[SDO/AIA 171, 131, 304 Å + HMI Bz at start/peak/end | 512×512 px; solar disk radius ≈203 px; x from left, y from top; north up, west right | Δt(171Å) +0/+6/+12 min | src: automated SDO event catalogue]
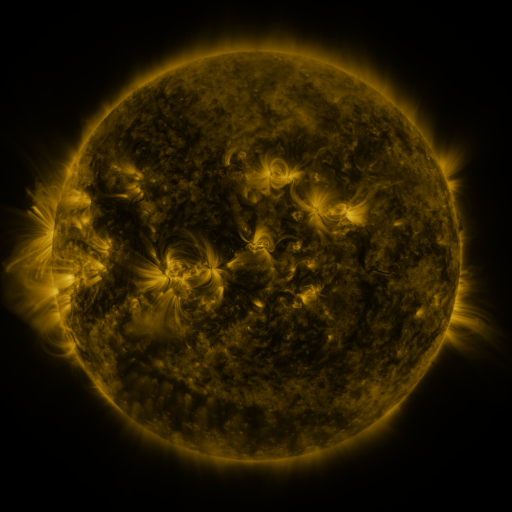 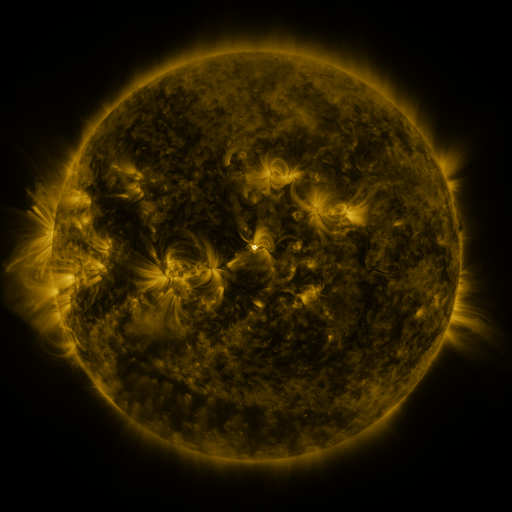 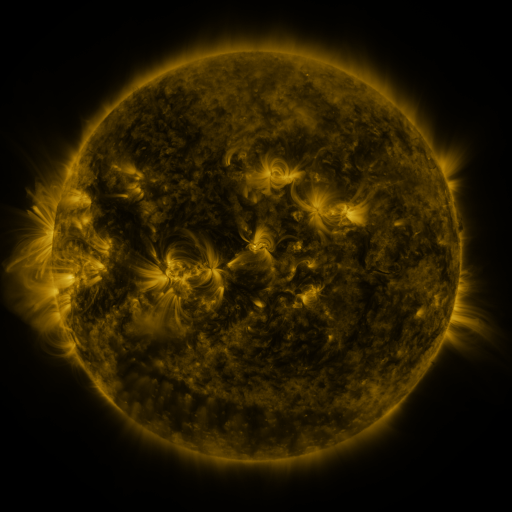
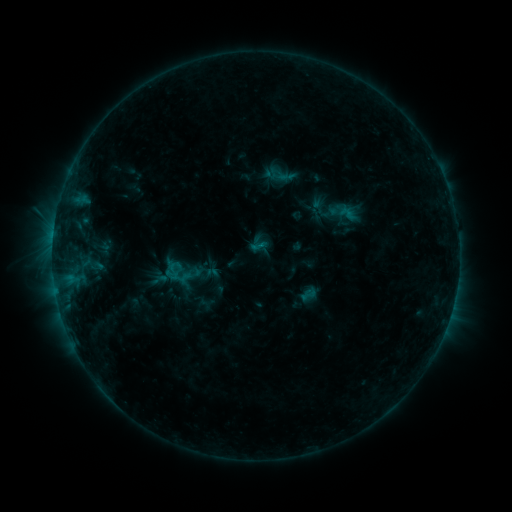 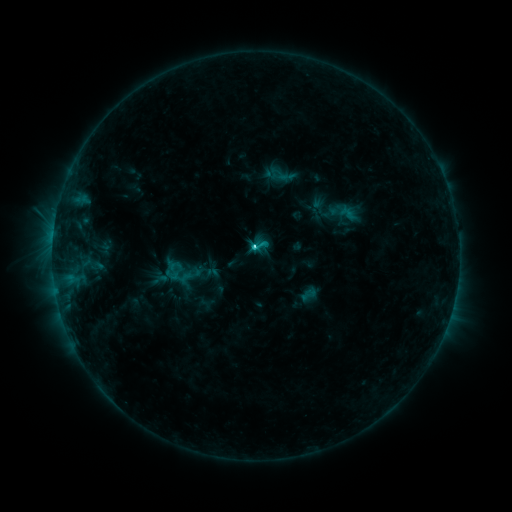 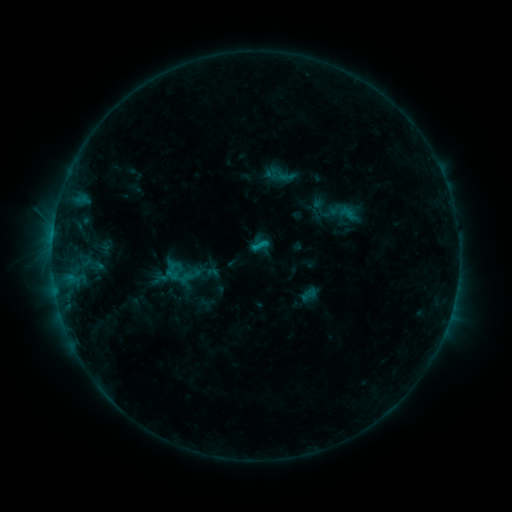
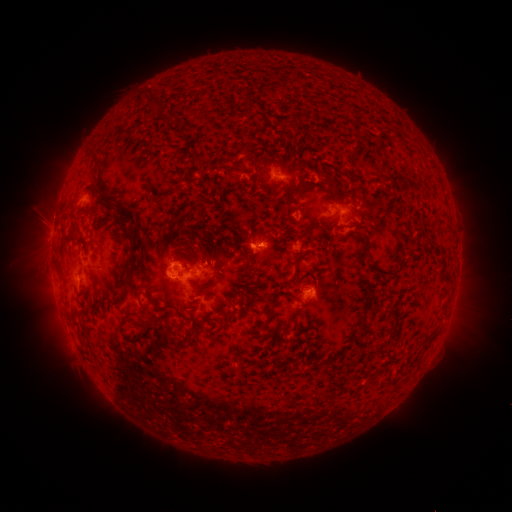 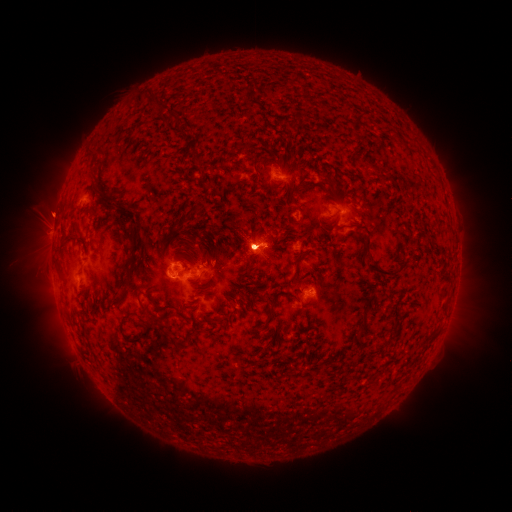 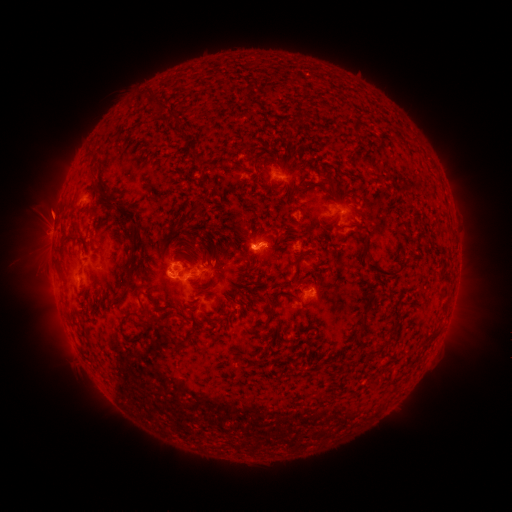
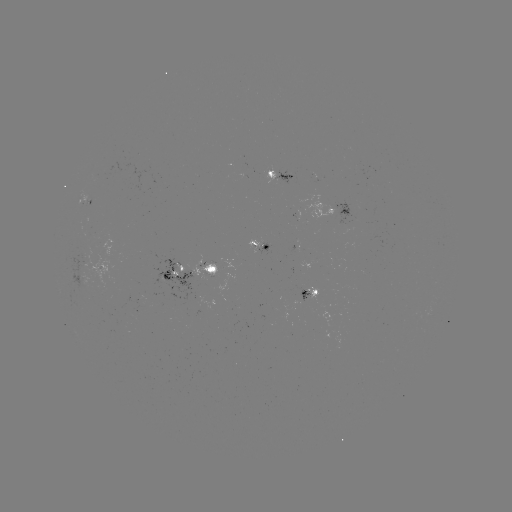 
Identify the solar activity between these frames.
eruption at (52, 215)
